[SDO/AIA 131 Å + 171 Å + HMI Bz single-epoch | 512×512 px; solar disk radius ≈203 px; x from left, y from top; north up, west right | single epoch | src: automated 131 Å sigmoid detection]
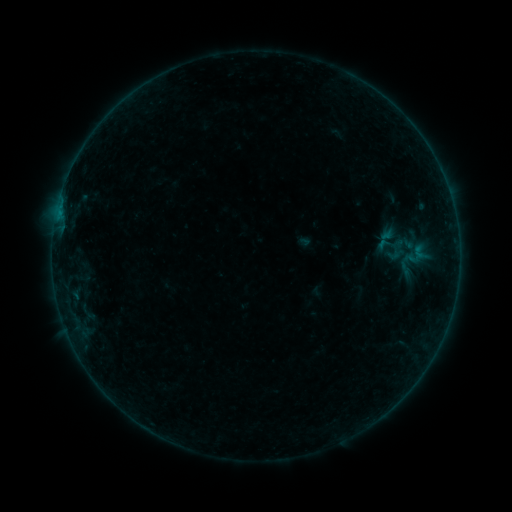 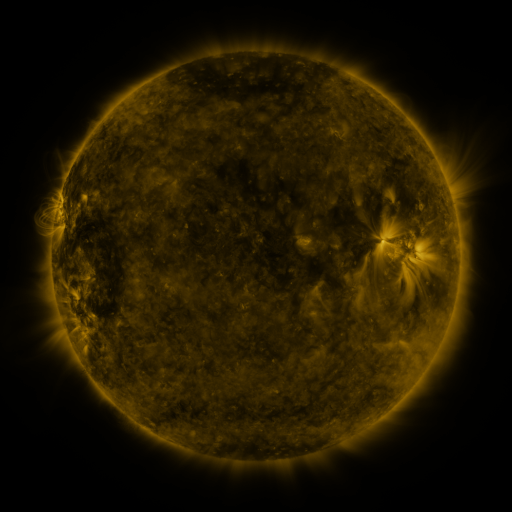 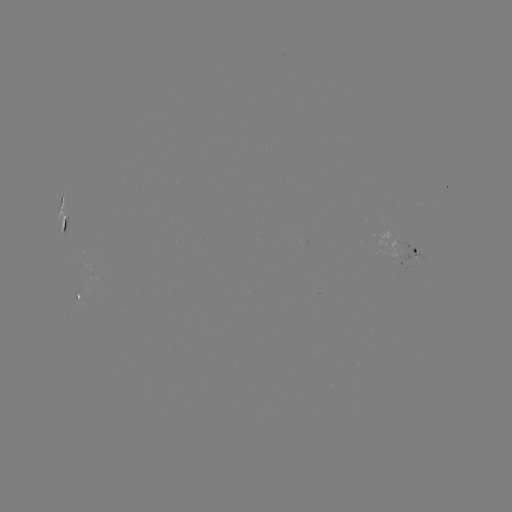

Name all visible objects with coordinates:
sigmoid: <bbox>393, 233, 417, 254</bbox>
sigmoid: <bbox>403, 248, 423, 267</bbox>
